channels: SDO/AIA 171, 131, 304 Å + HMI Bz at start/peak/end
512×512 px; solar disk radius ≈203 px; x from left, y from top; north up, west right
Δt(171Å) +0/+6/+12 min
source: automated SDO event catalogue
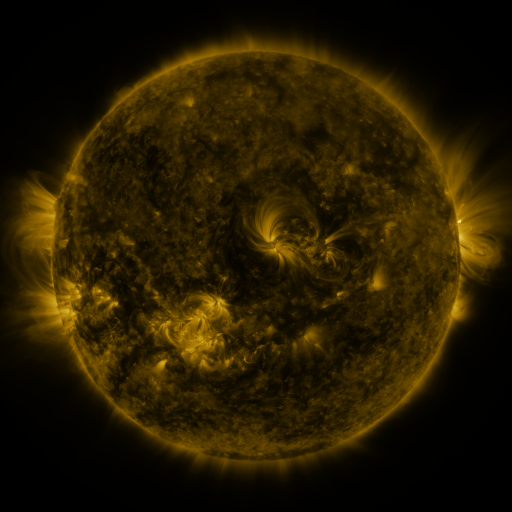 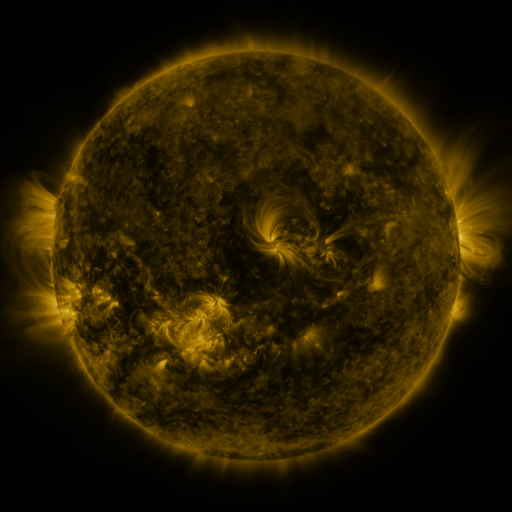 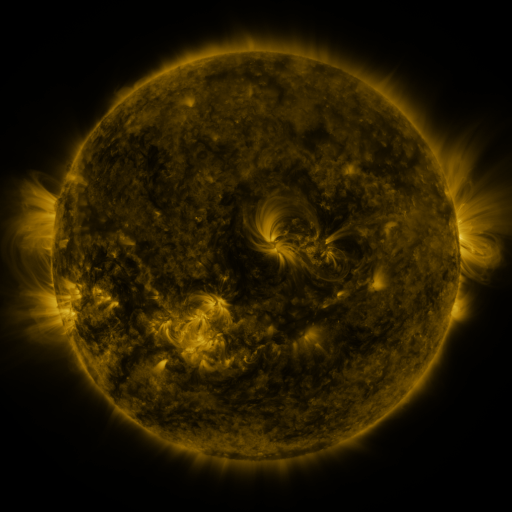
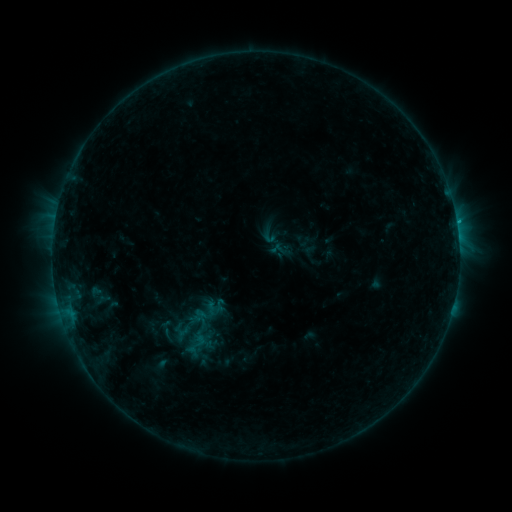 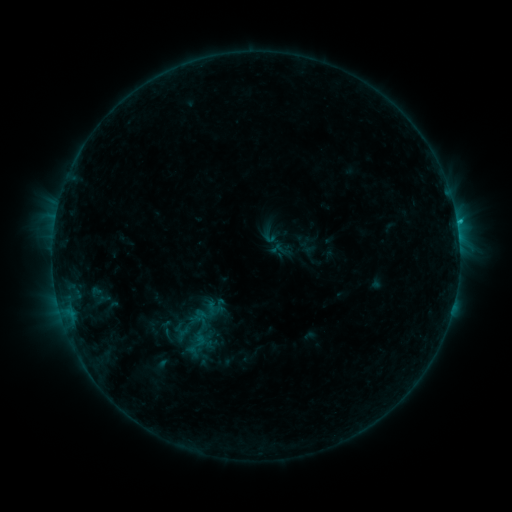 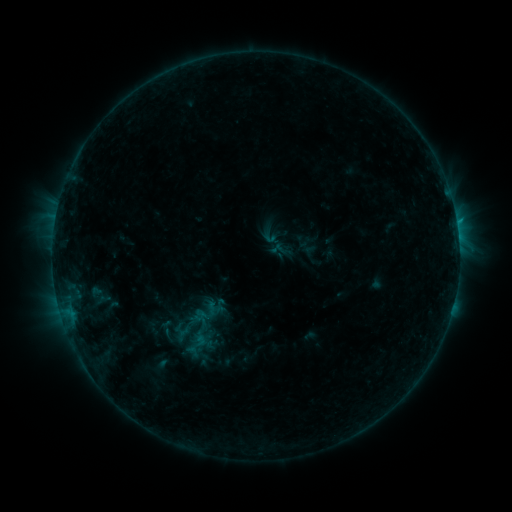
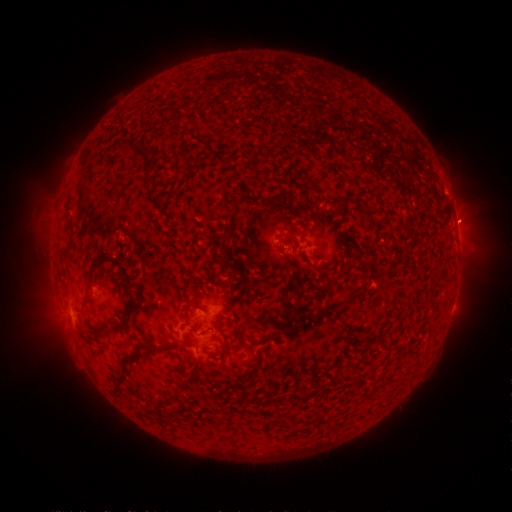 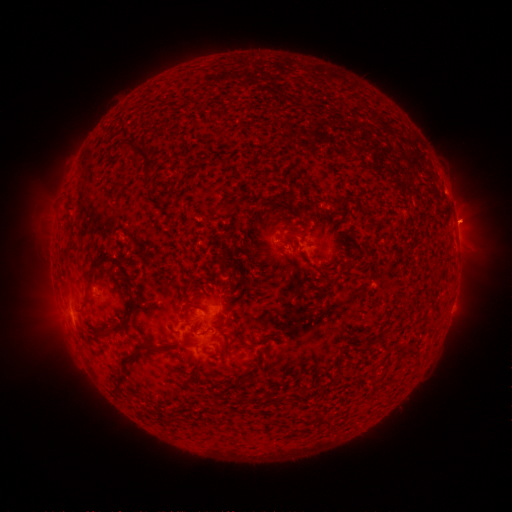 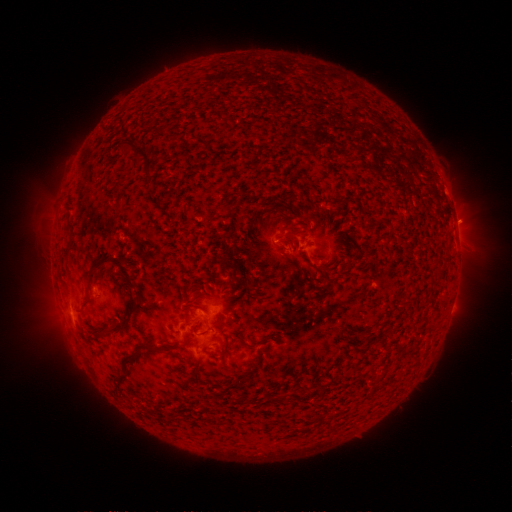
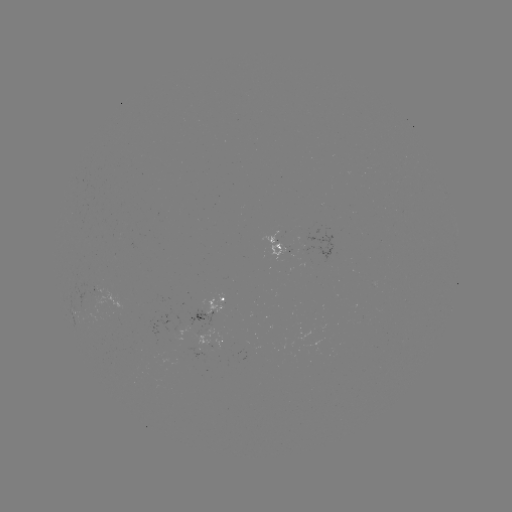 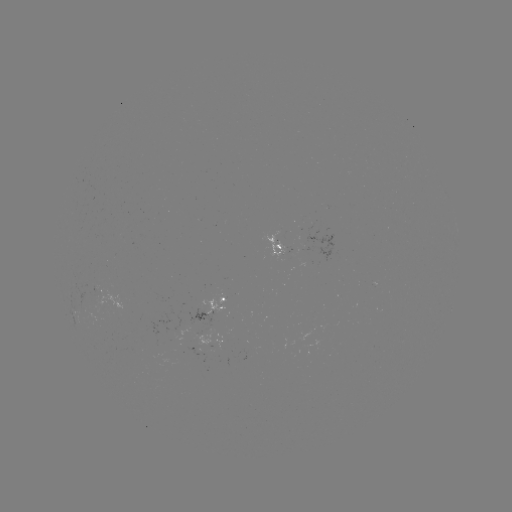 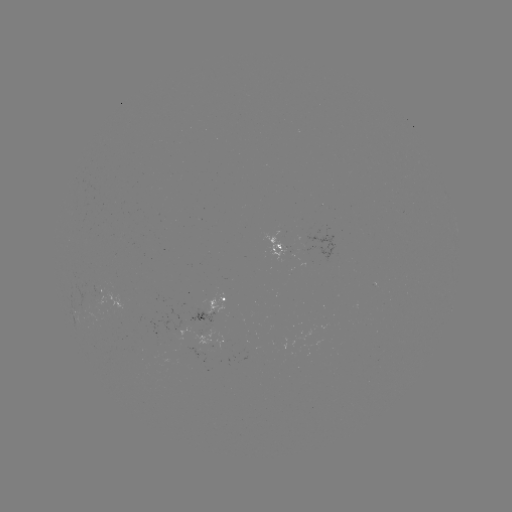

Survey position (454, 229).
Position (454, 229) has B6.3 flare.